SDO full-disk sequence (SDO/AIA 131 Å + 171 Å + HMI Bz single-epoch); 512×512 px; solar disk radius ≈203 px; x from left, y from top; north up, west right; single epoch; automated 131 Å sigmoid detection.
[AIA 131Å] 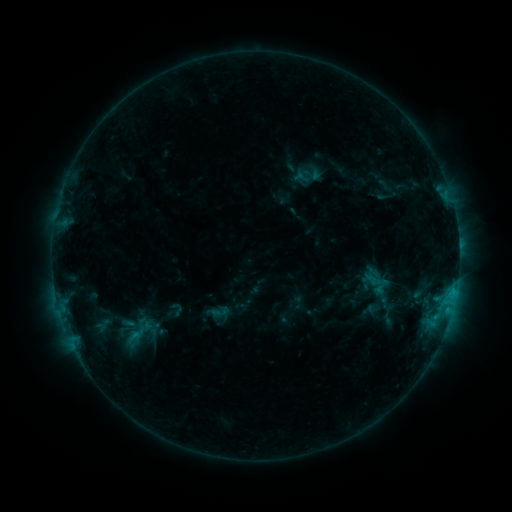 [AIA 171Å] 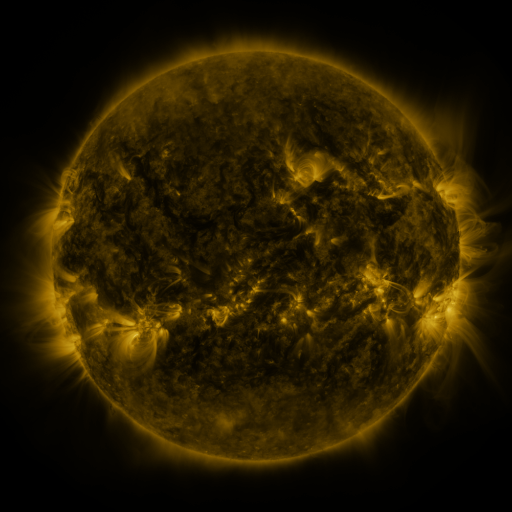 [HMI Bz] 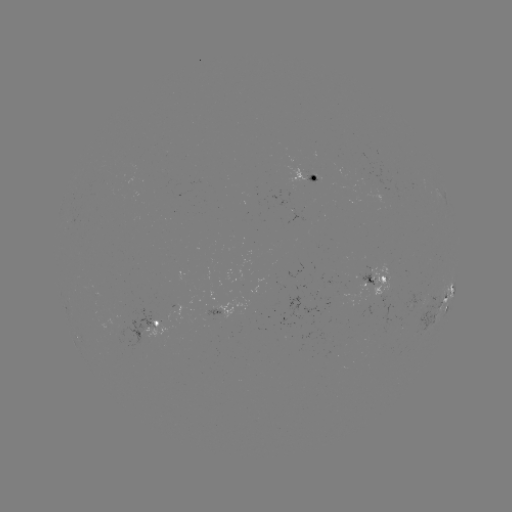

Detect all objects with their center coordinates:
sigmoid: [204, 299, 232, 323]
sigmoid: [123, 322, 159, 345]
